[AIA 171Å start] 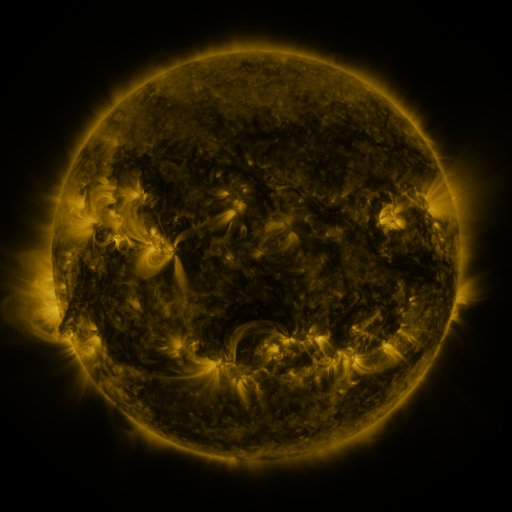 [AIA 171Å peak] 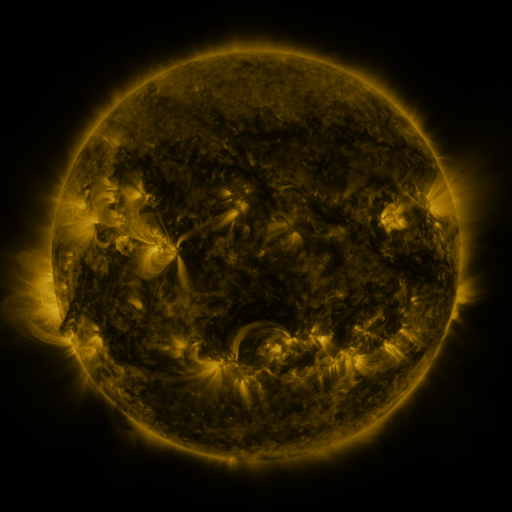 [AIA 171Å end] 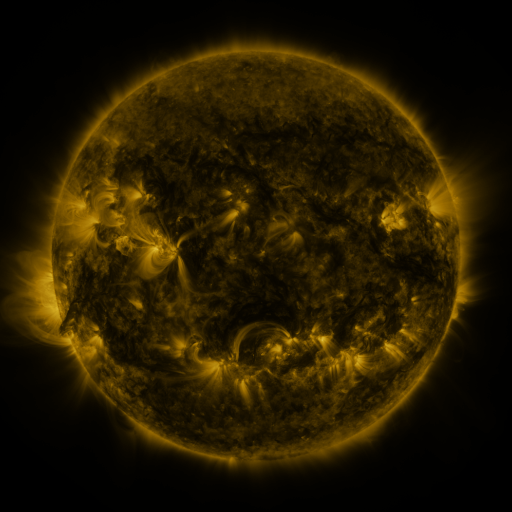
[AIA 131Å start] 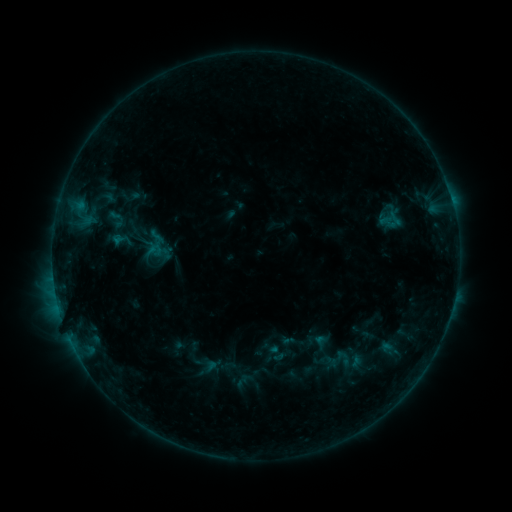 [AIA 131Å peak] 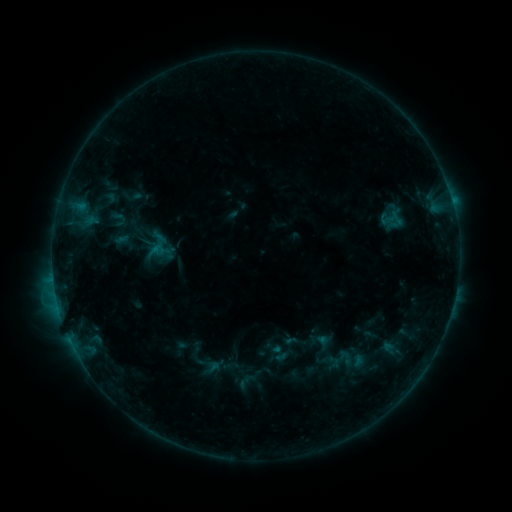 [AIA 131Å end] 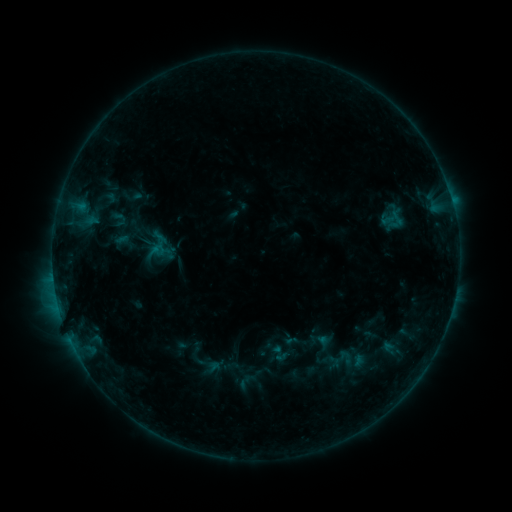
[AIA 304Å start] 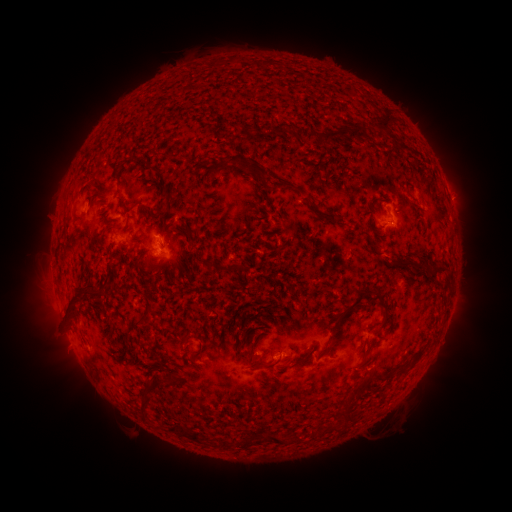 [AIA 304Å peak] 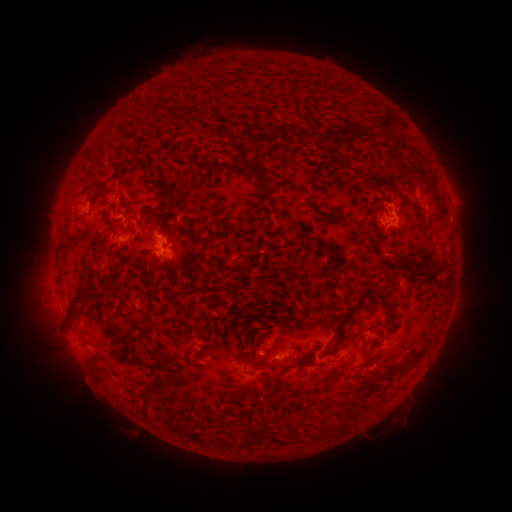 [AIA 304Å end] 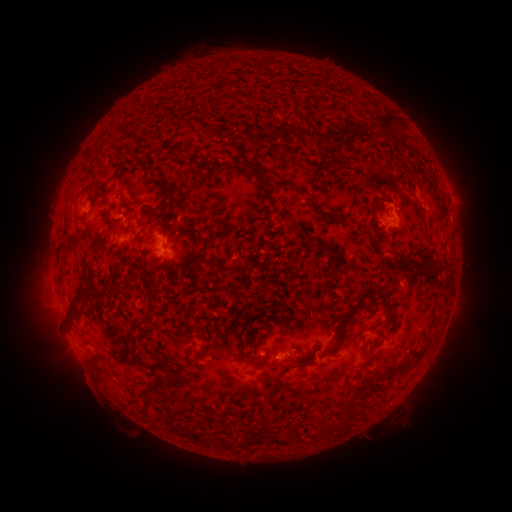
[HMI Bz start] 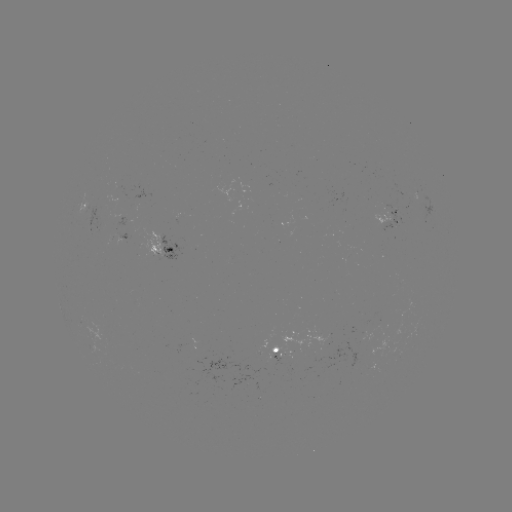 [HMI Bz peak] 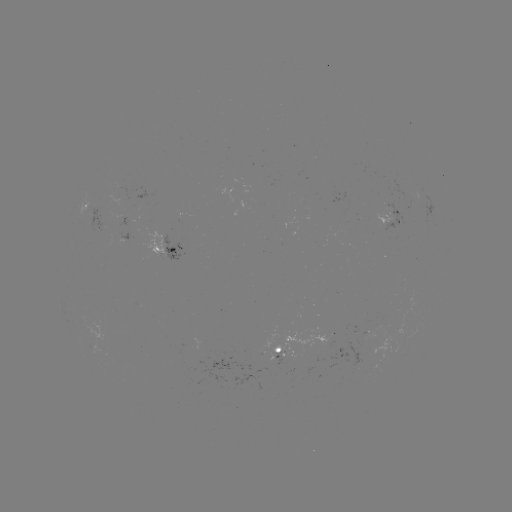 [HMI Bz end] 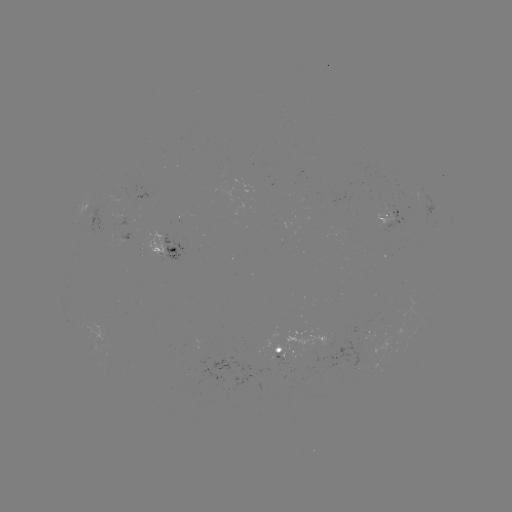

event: emerging-flux region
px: (96, 224)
